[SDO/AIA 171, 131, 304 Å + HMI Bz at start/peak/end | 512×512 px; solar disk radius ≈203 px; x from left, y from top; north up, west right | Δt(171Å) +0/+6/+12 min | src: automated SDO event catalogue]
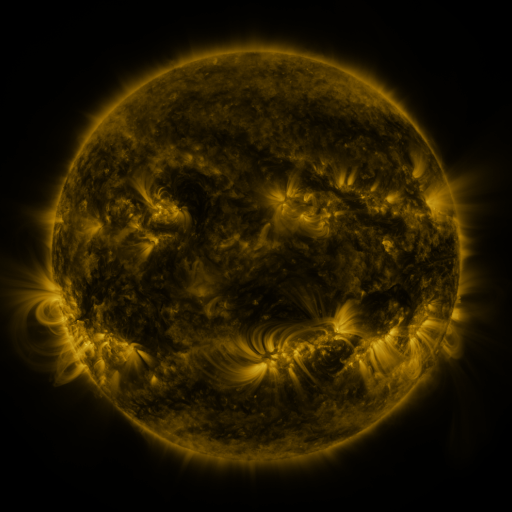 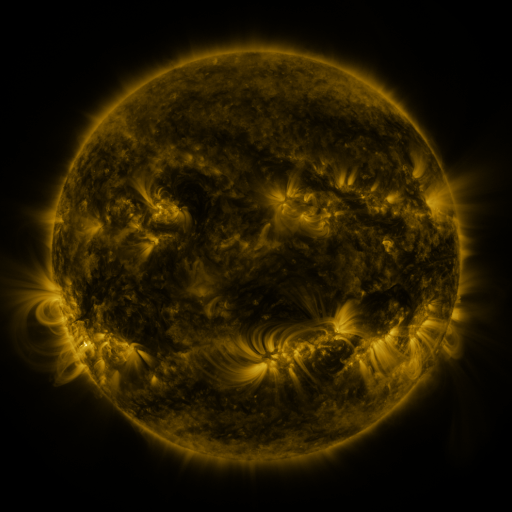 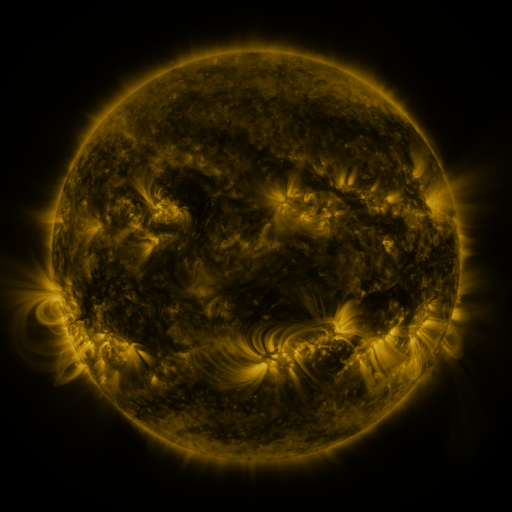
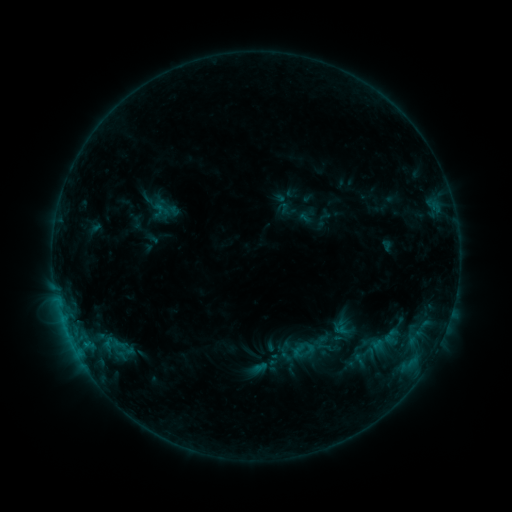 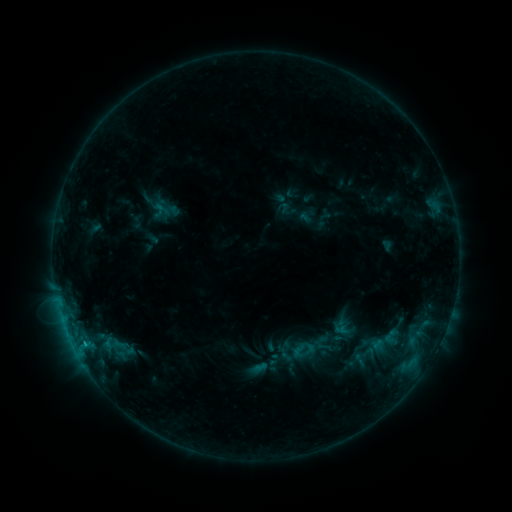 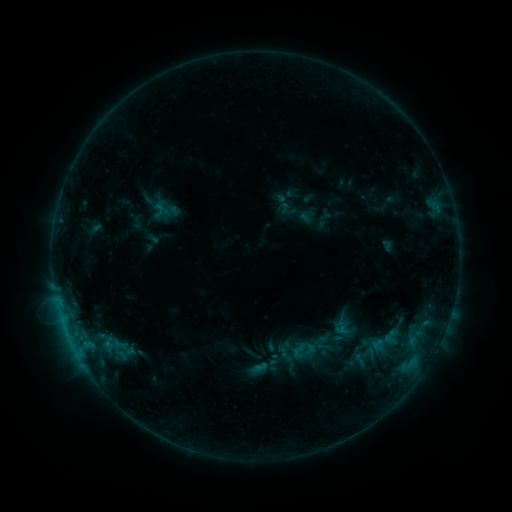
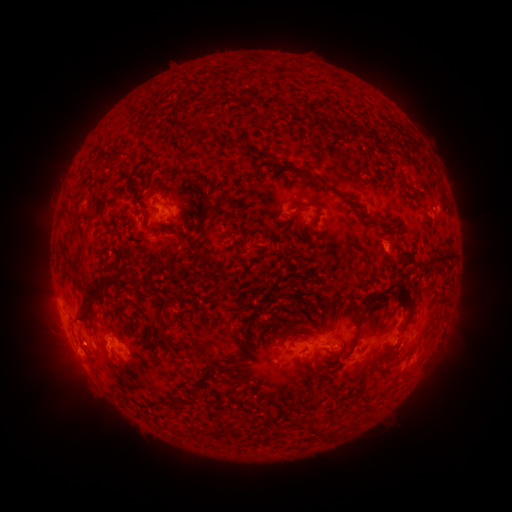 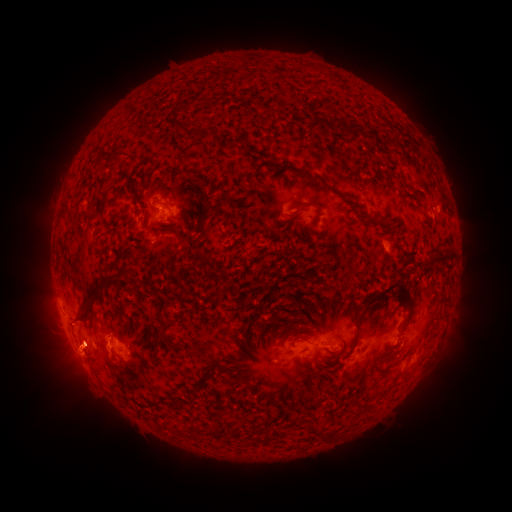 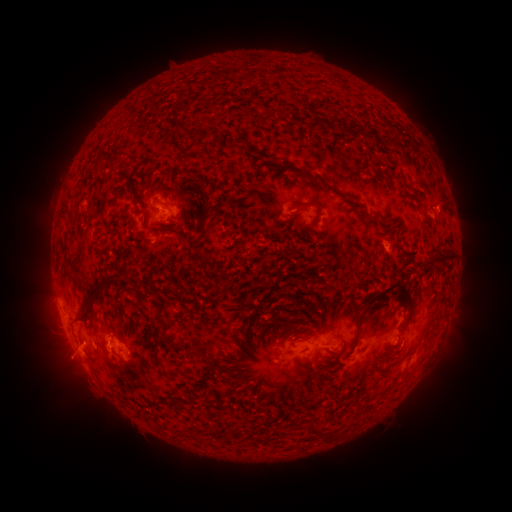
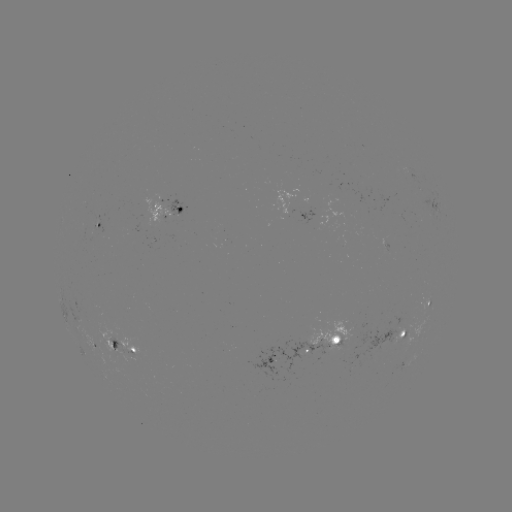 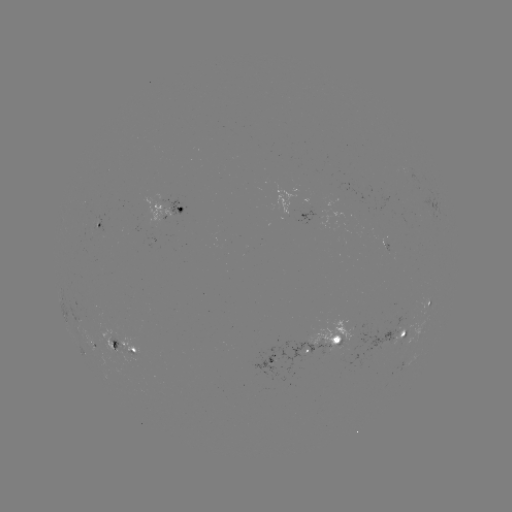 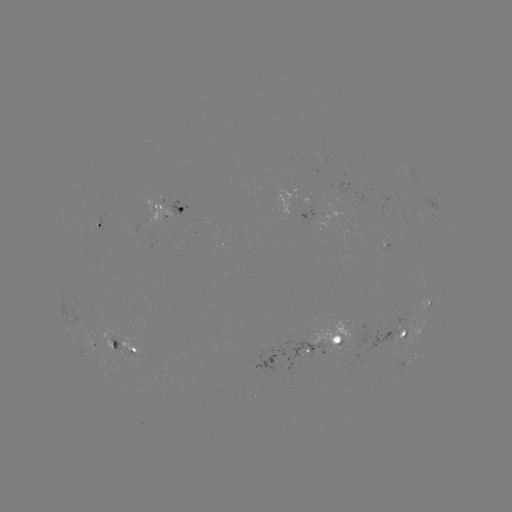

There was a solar eruption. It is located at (82, 350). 